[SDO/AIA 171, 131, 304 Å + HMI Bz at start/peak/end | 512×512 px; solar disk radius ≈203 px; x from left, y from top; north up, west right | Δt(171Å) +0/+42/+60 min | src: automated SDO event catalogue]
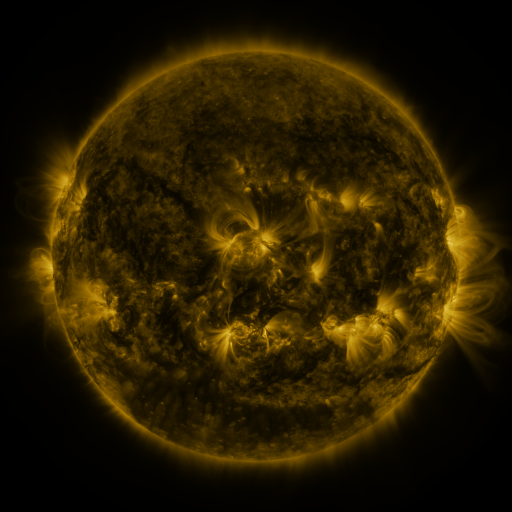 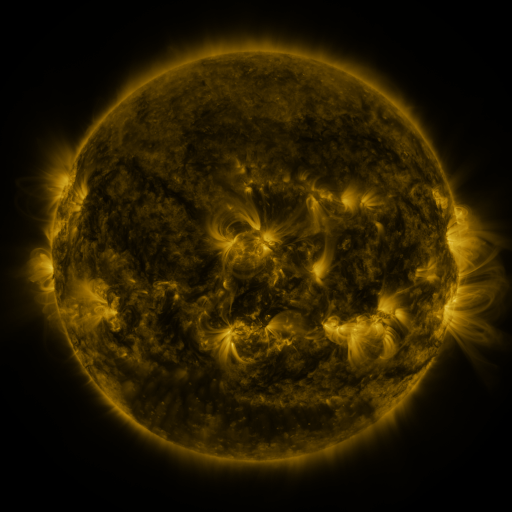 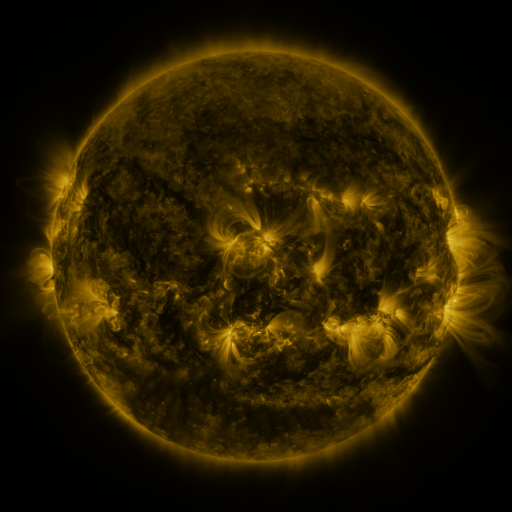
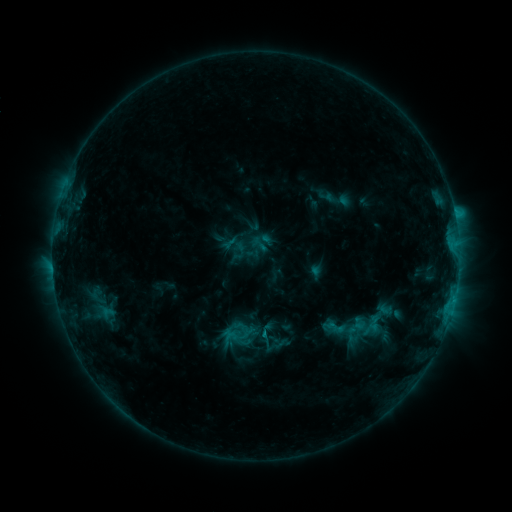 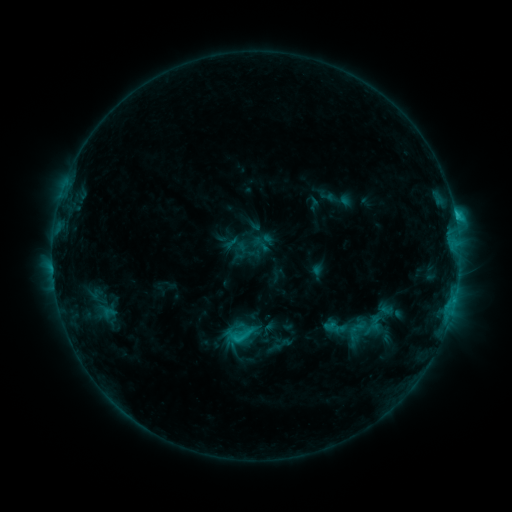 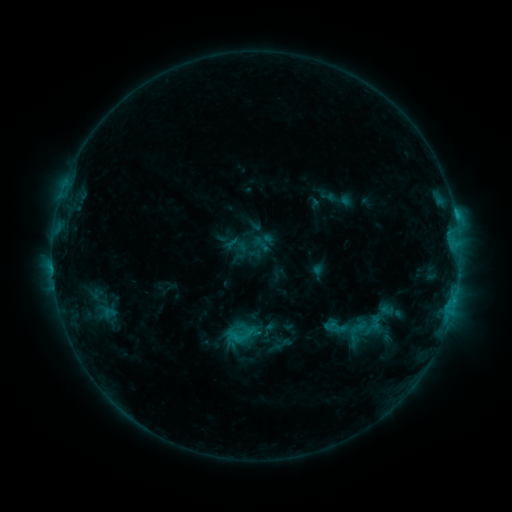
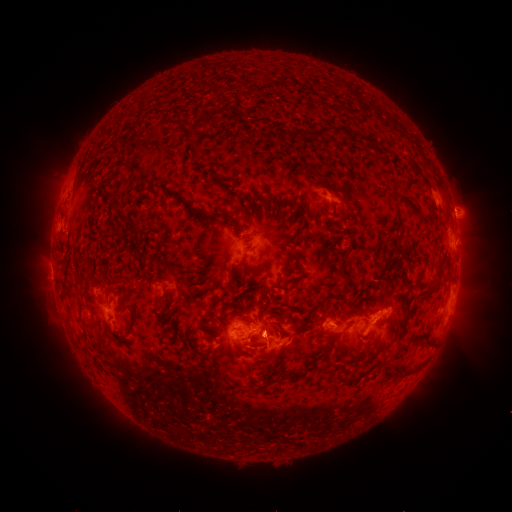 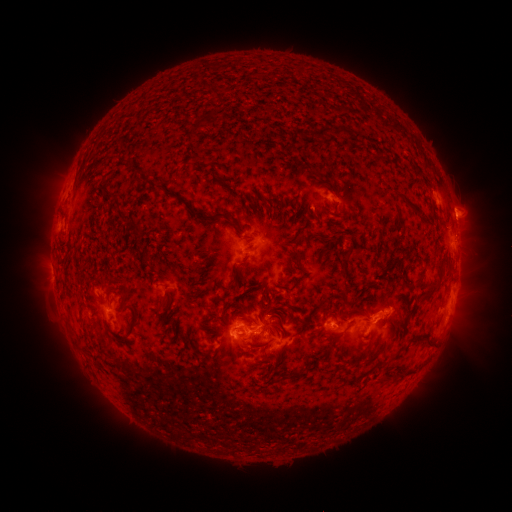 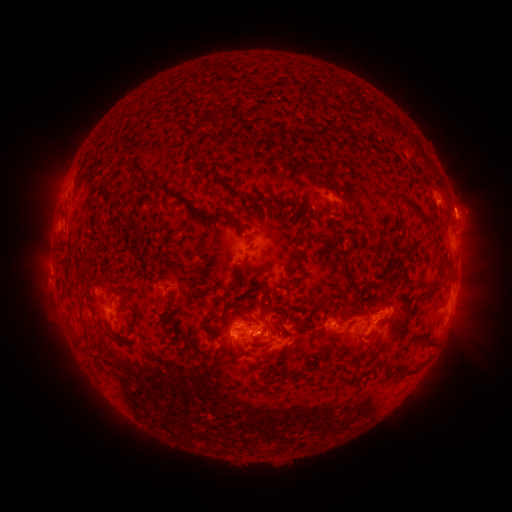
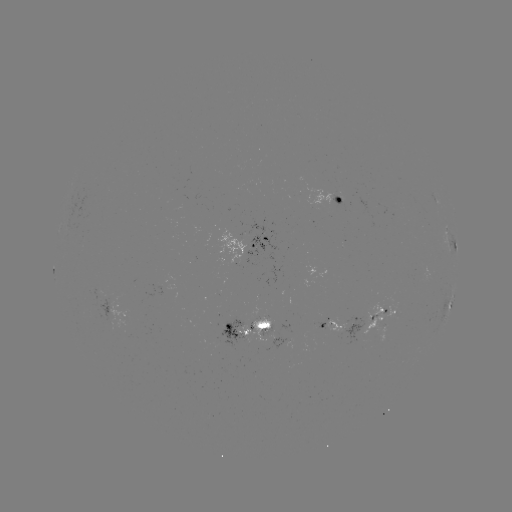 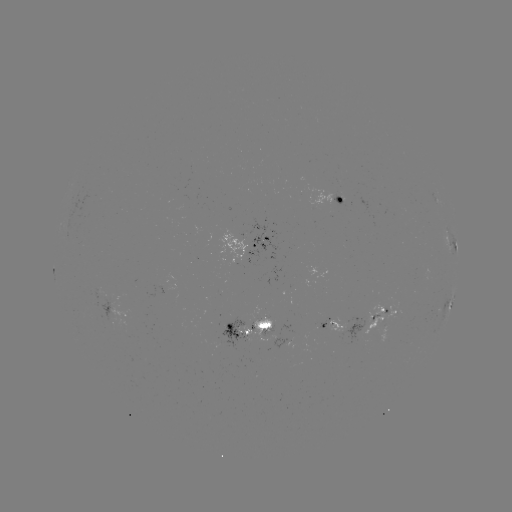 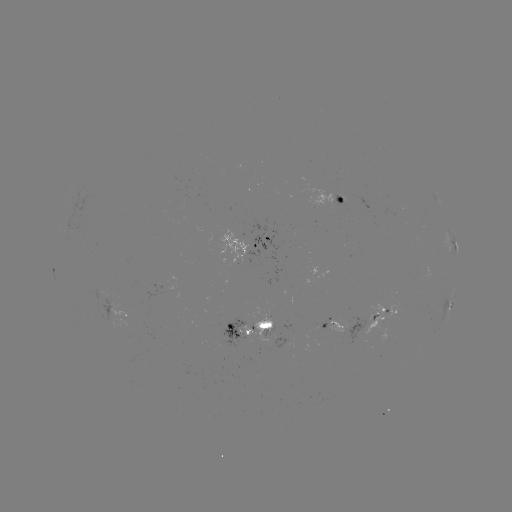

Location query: C2.2 flare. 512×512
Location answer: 456,220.